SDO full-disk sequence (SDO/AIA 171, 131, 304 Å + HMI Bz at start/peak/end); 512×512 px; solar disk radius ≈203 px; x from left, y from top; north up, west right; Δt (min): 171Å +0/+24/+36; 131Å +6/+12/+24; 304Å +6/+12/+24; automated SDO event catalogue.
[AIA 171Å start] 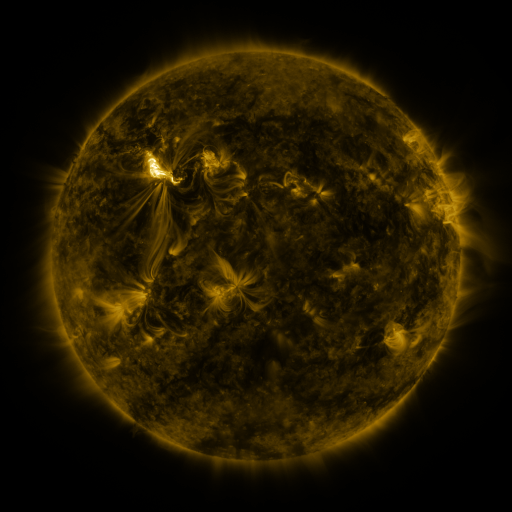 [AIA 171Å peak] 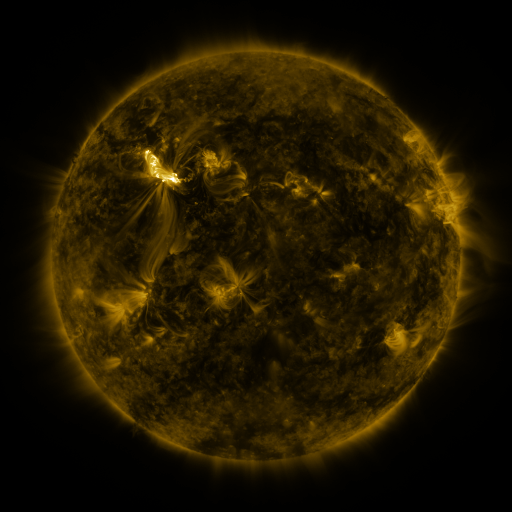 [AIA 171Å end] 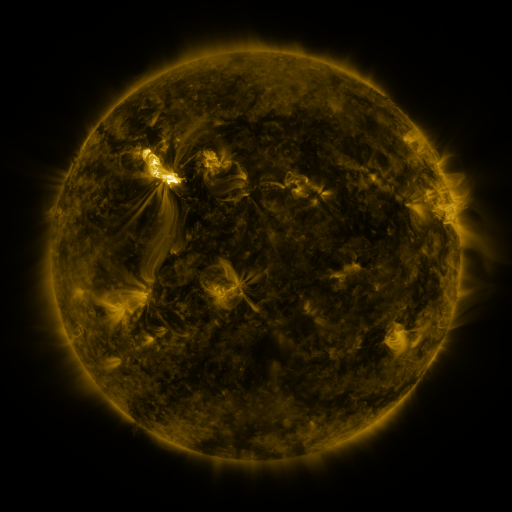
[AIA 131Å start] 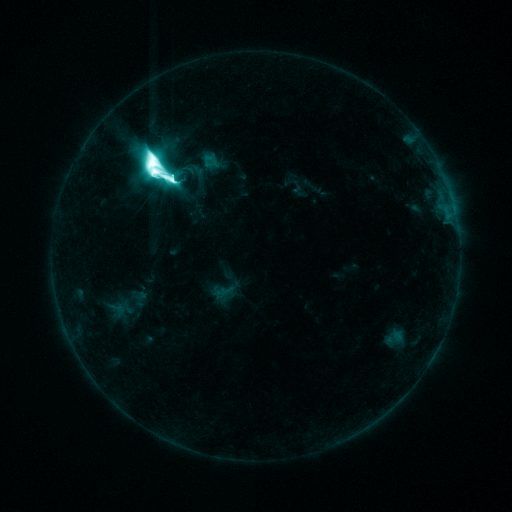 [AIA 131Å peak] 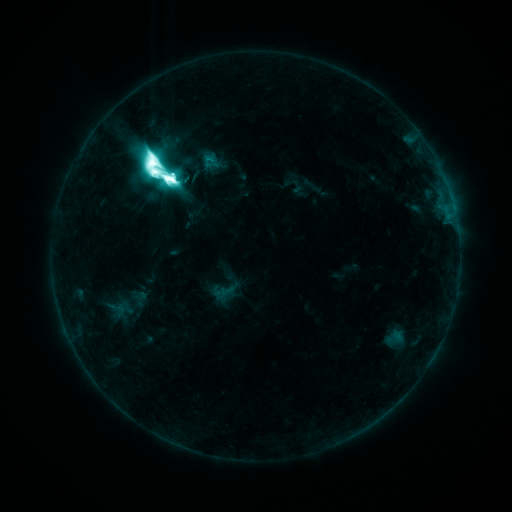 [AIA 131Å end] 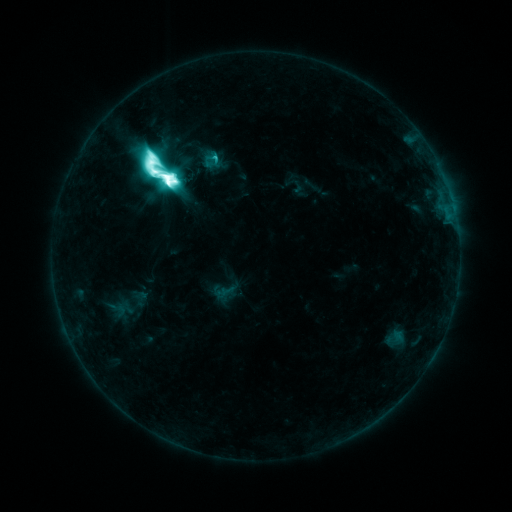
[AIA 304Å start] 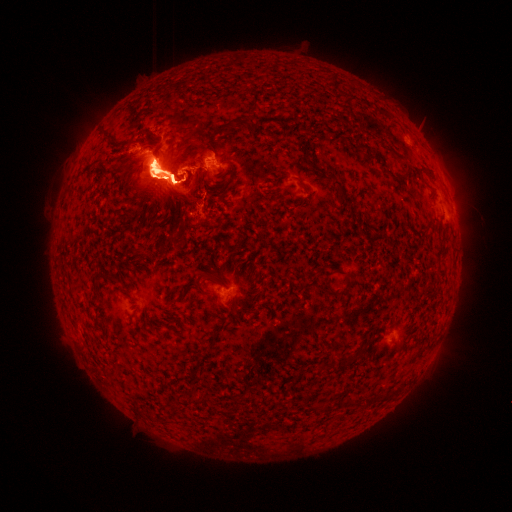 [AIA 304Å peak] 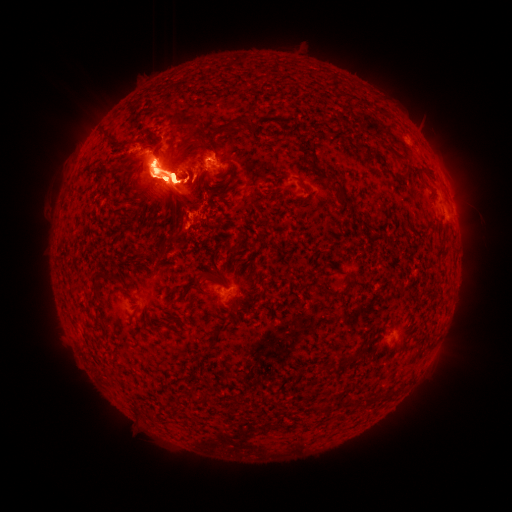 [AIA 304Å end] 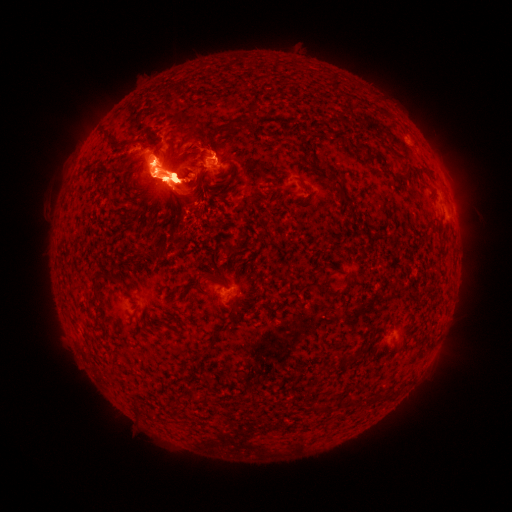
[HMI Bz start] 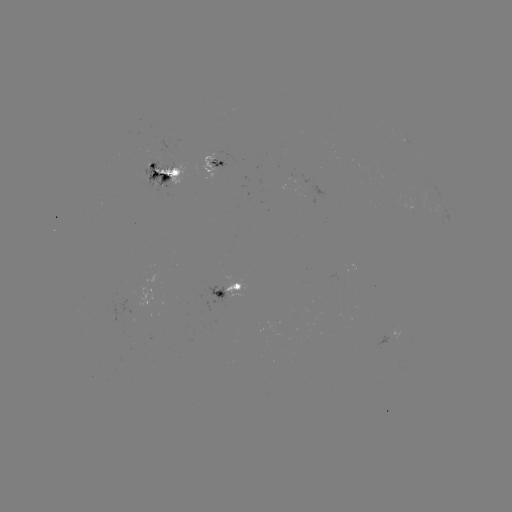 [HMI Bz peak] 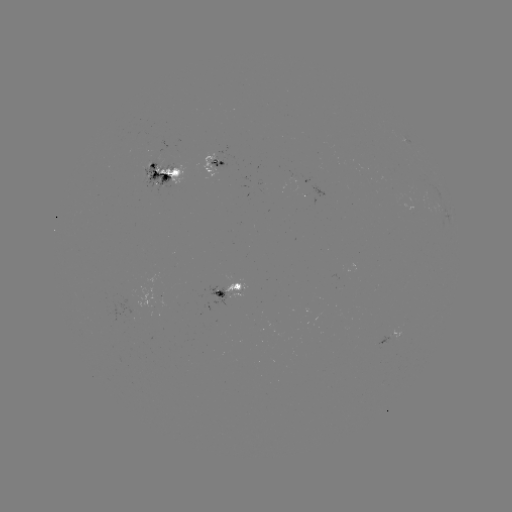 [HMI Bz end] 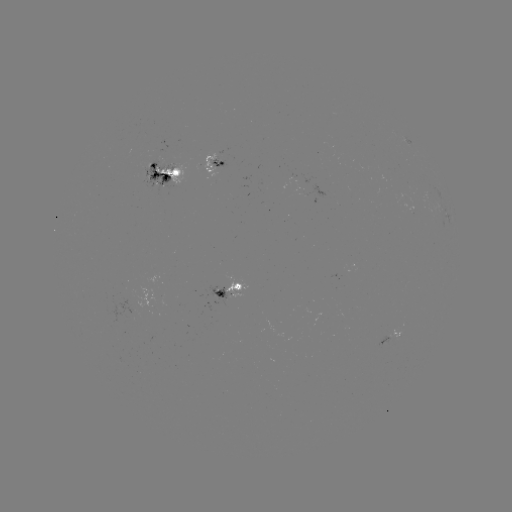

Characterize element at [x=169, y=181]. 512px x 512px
X1.3 flare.